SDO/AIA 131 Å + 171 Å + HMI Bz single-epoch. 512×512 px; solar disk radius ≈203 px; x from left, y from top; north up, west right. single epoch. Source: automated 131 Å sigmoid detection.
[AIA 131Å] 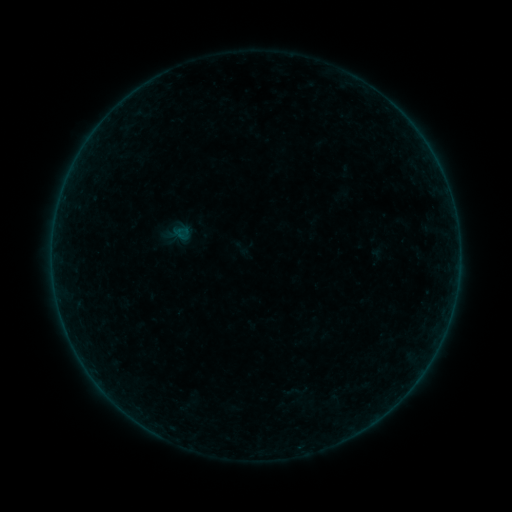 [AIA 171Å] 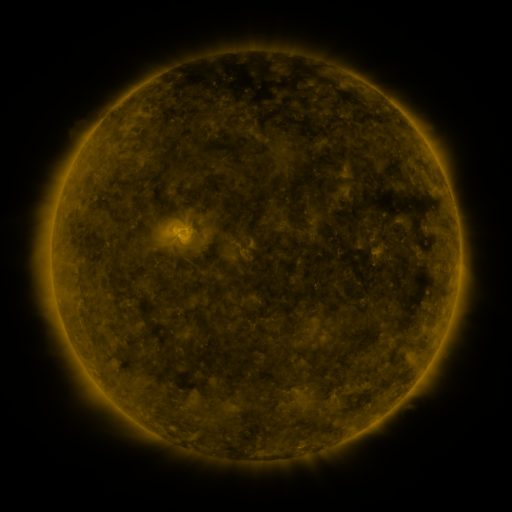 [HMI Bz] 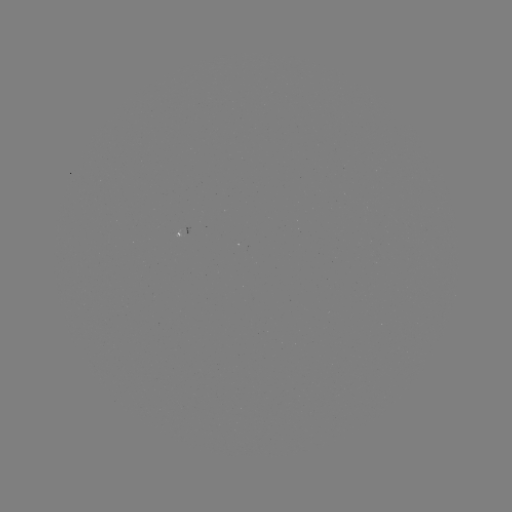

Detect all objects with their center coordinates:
sigmoid: (241, 248)
